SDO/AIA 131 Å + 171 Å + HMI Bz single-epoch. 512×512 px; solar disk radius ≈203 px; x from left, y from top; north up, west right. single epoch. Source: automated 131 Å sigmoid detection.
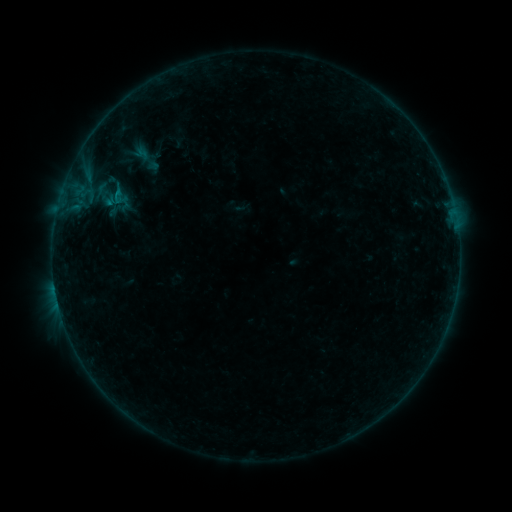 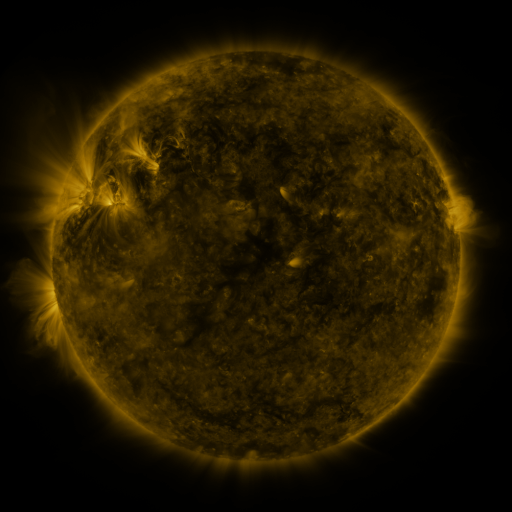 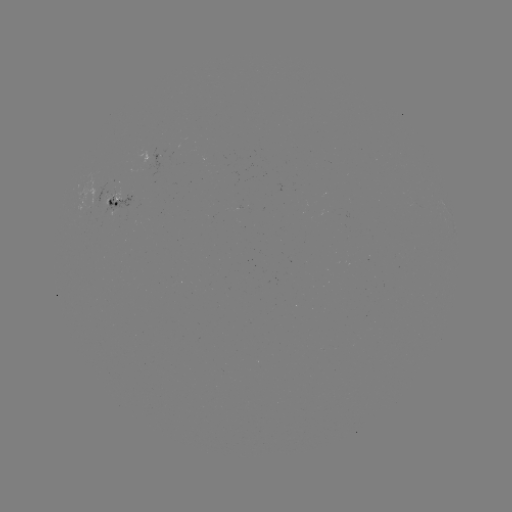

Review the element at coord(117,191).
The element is sigmoid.